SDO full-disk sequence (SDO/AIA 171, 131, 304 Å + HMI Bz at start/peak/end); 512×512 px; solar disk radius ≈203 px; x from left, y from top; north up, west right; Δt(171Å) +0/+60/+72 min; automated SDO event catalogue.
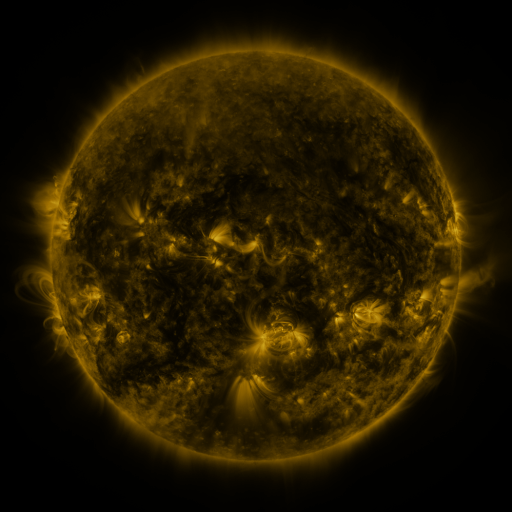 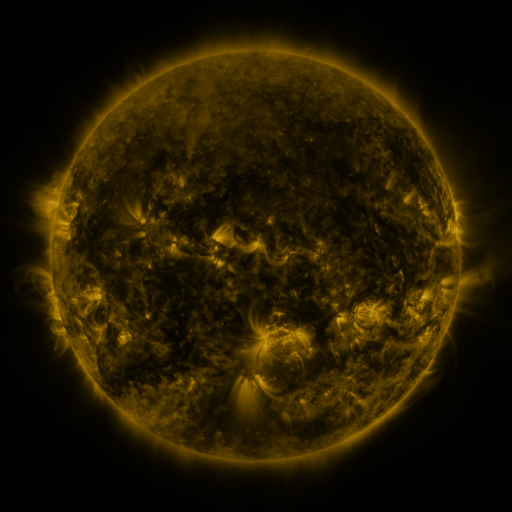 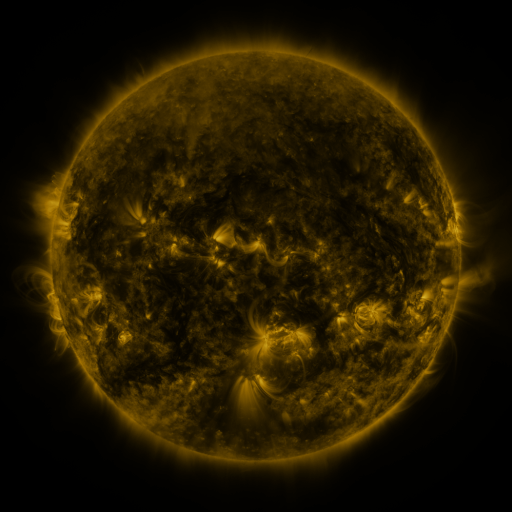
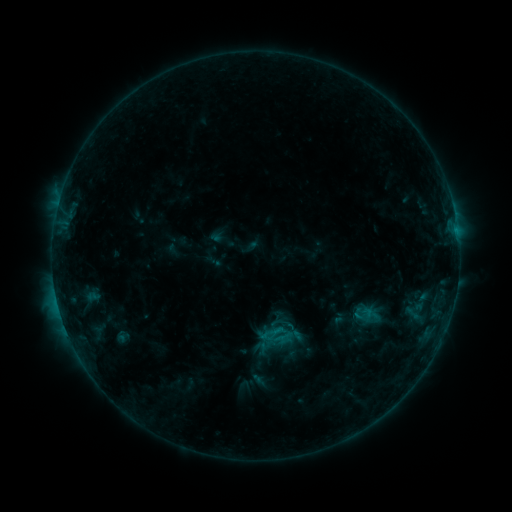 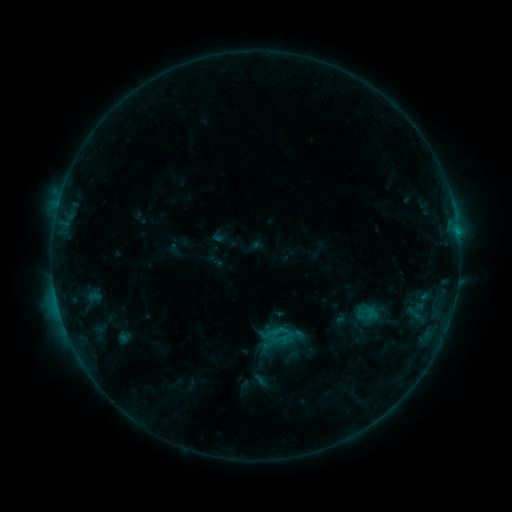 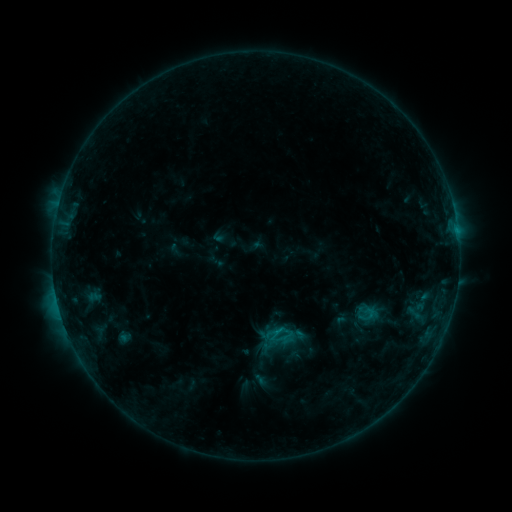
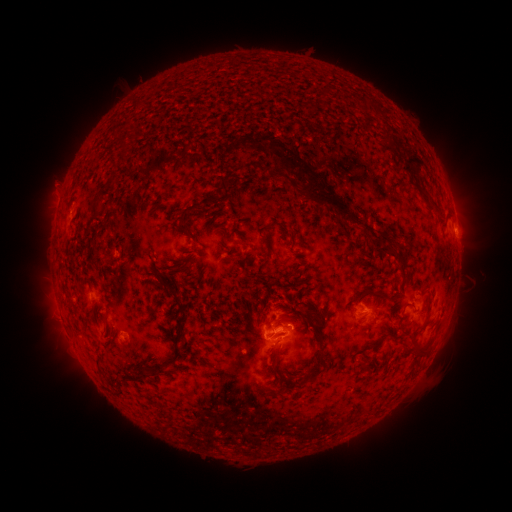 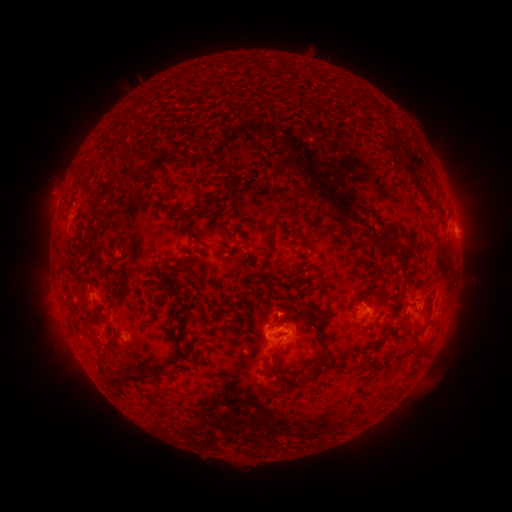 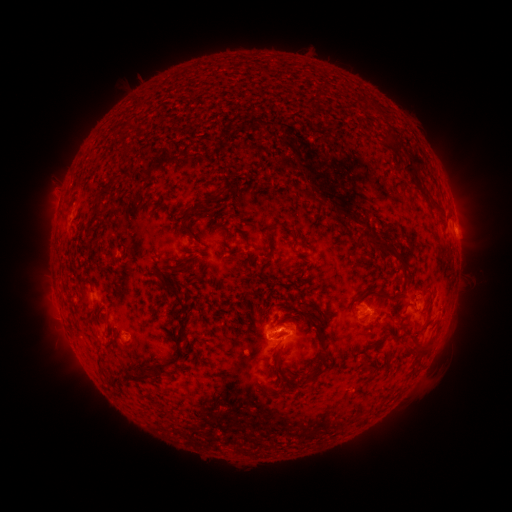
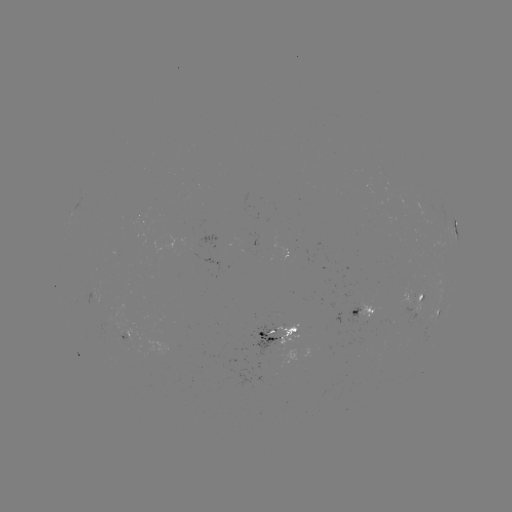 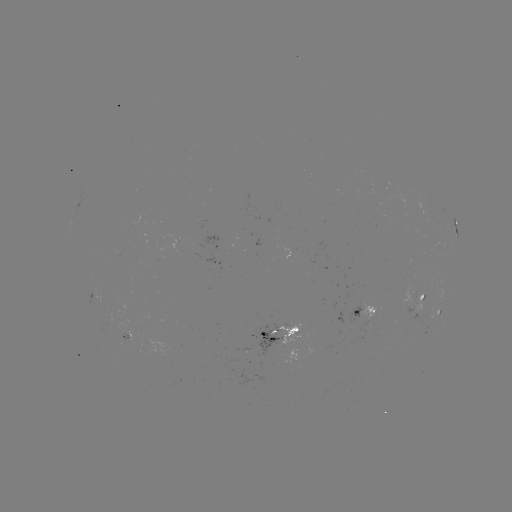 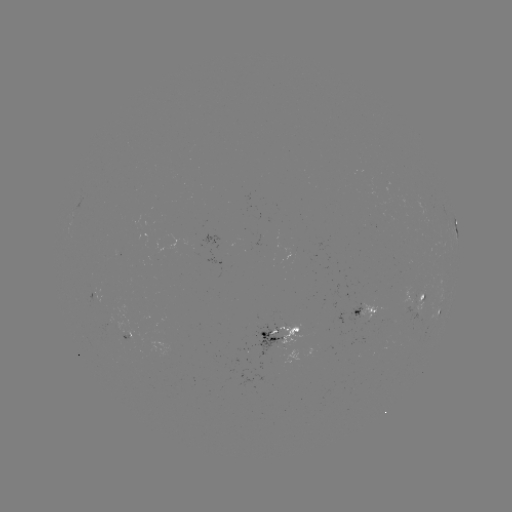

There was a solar emerging-flux region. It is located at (372, 312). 